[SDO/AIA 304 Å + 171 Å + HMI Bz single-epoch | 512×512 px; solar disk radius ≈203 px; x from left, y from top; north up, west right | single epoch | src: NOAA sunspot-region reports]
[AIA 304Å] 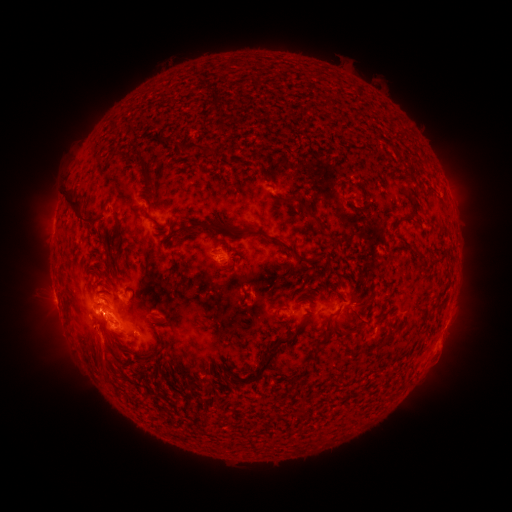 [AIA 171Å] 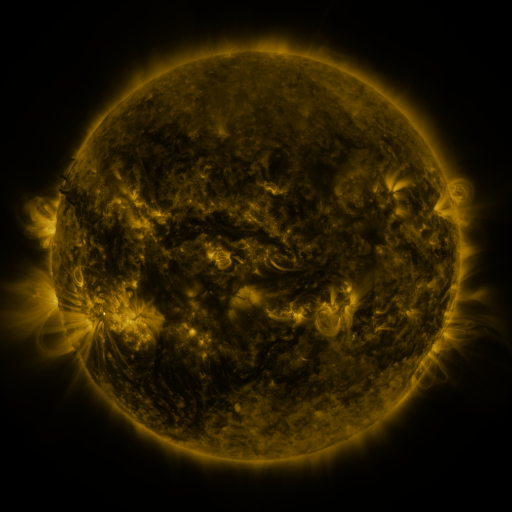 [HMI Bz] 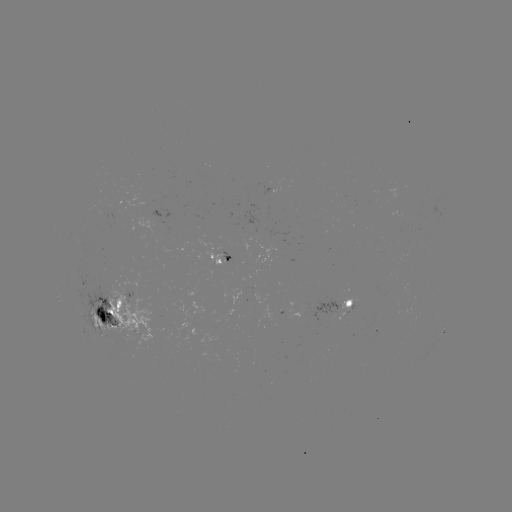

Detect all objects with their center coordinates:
spotted active region: (220, 257)
spotted active region: (347, 304)
spotted active region: (120, 315)
spotted active region: (445, 327)
